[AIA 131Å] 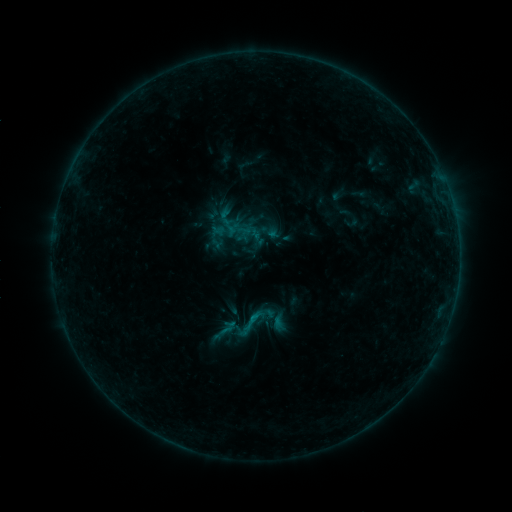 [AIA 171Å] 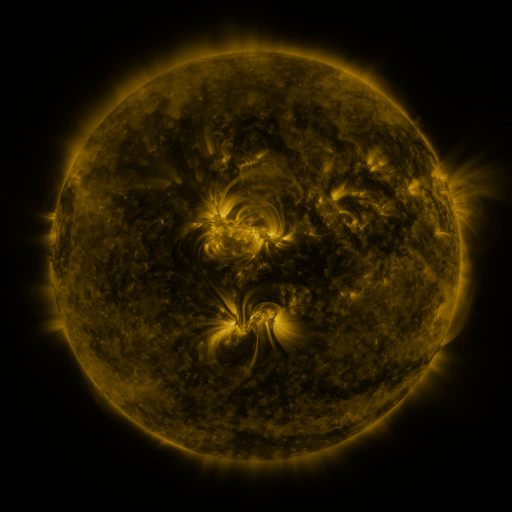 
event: sigmoid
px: (249, 324)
